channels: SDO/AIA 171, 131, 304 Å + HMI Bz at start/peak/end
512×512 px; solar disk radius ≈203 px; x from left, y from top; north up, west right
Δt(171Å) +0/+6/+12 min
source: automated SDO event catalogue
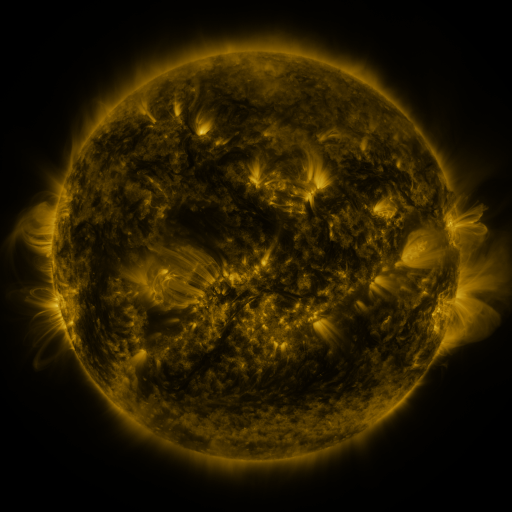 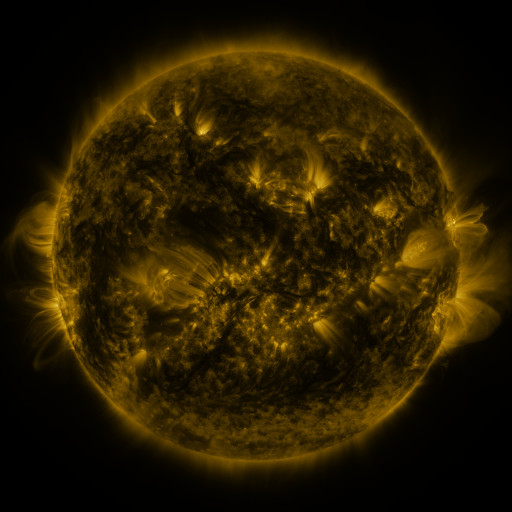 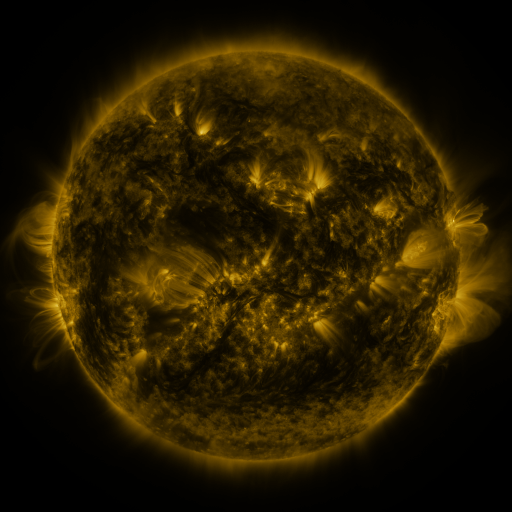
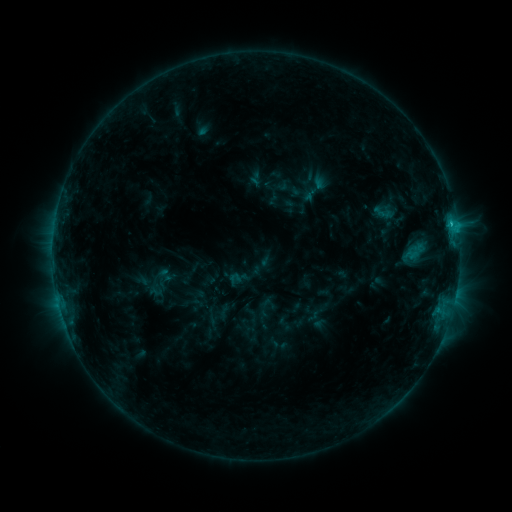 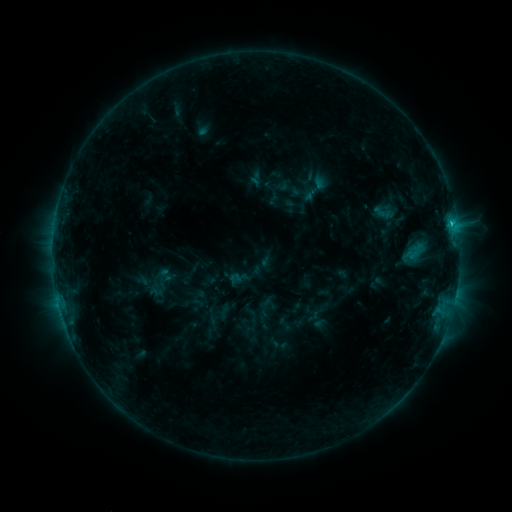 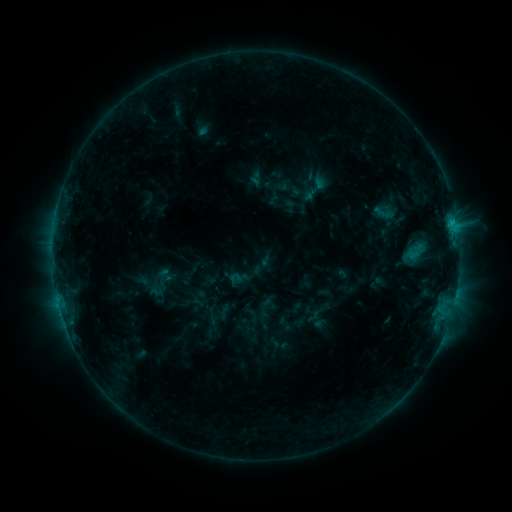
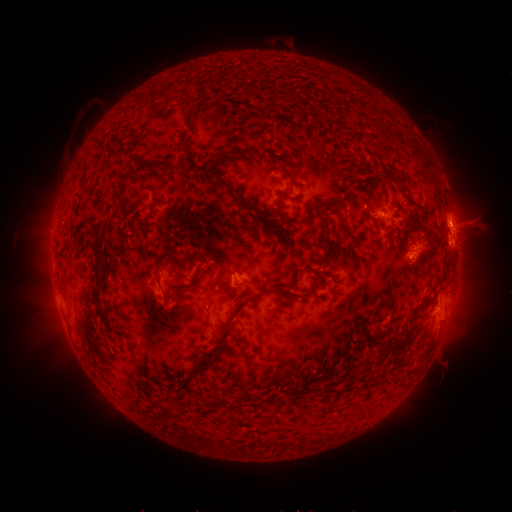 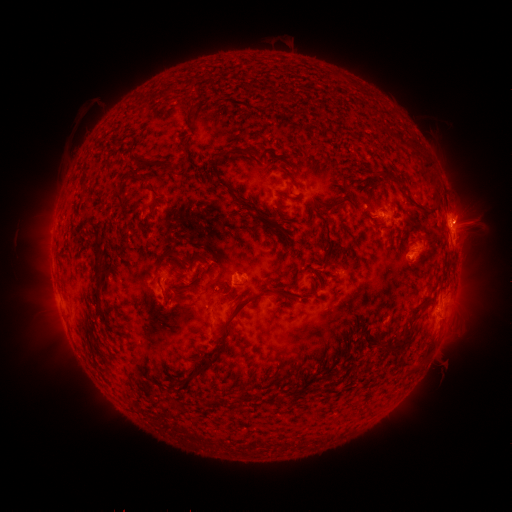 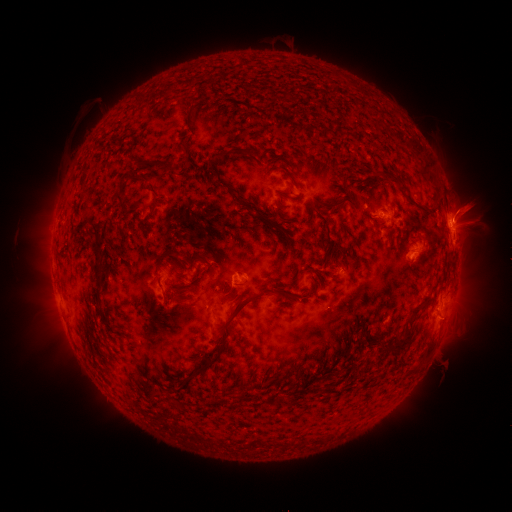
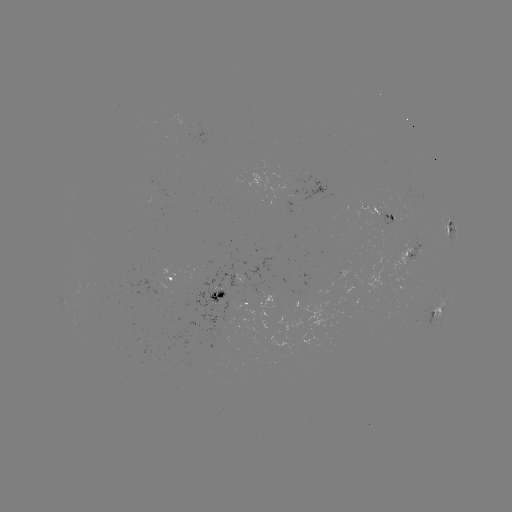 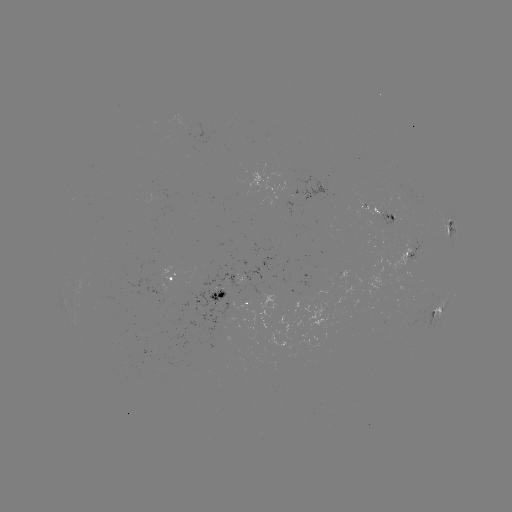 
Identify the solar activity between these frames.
eruption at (464, 208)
